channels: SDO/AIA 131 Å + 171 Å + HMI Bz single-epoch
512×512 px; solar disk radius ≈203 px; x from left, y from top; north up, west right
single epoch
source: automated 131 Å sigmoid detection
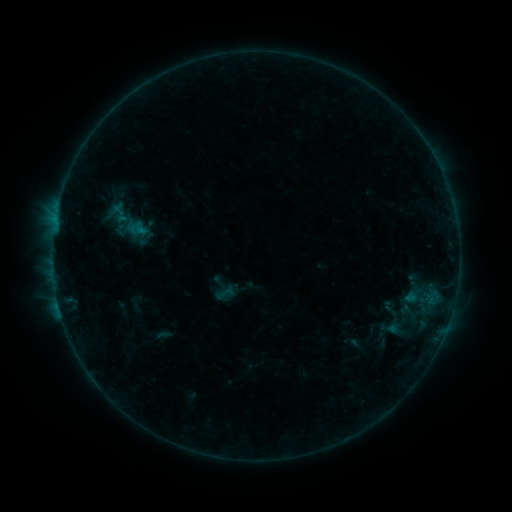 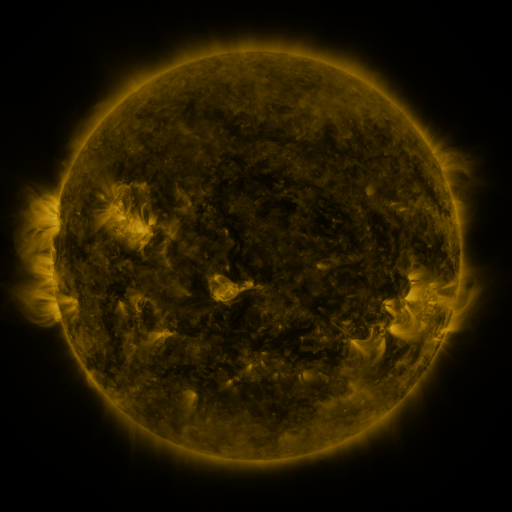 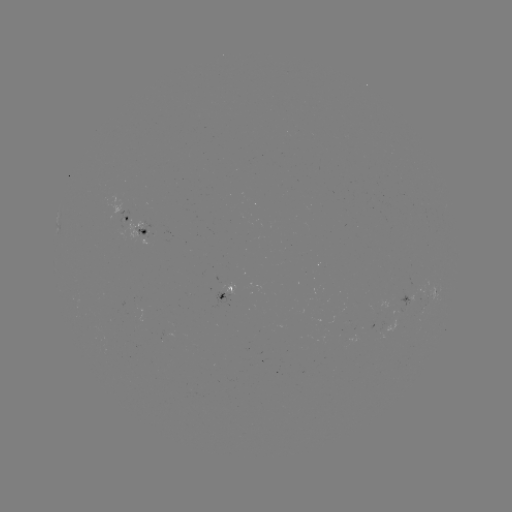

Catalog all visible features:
sigmoid: [398, 303, 416, 321]
